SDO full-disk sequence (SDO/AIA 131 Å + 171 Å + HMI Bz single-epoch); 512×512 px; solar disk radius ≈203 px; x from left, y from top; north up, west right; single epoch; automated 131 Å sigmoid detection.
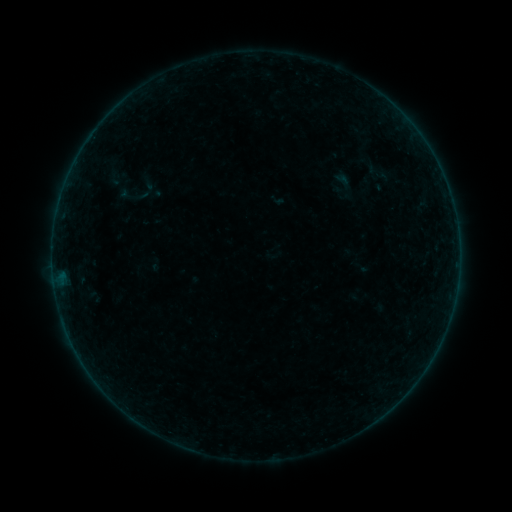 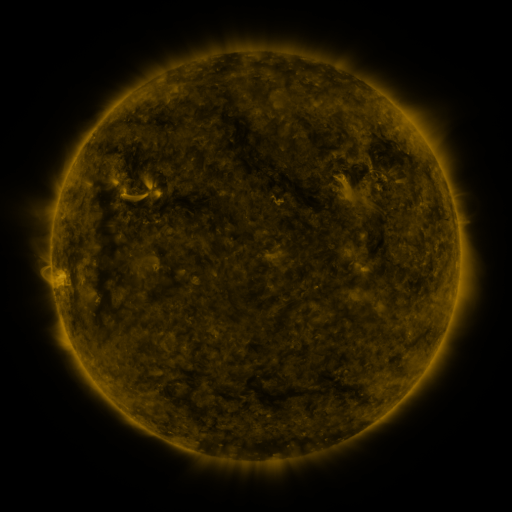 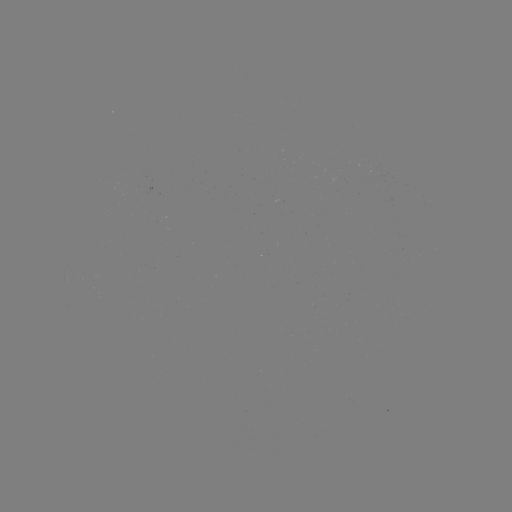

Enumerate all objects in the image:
sigmoid: [362, 159, 394, 186]
